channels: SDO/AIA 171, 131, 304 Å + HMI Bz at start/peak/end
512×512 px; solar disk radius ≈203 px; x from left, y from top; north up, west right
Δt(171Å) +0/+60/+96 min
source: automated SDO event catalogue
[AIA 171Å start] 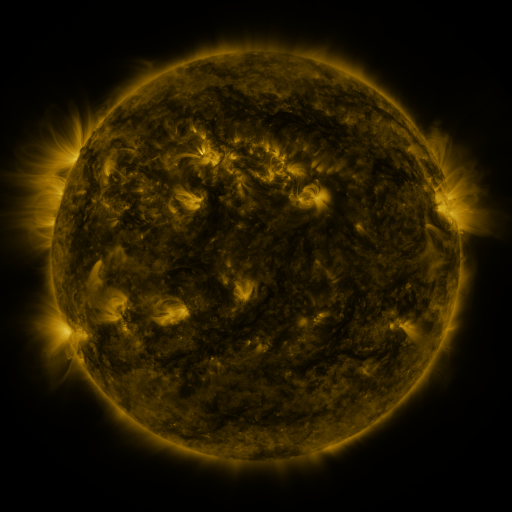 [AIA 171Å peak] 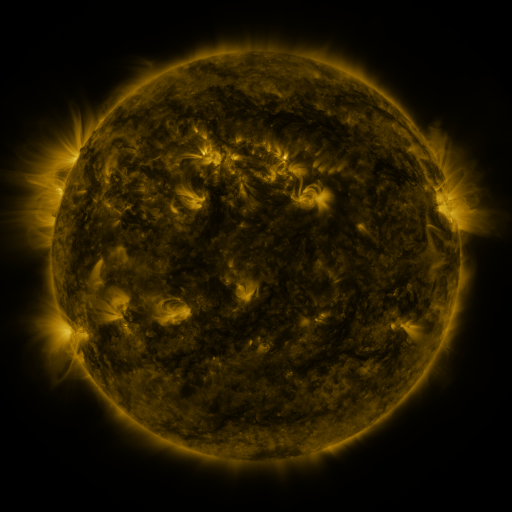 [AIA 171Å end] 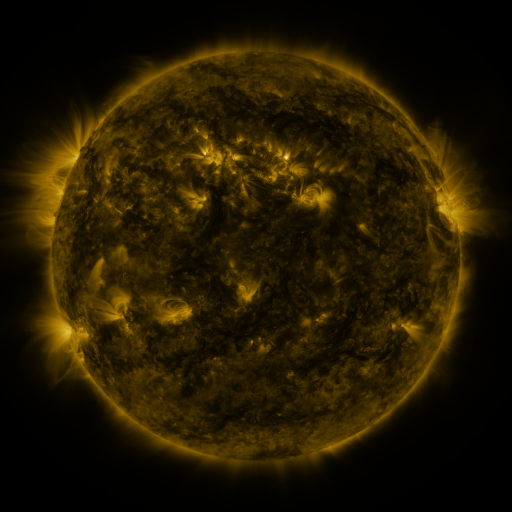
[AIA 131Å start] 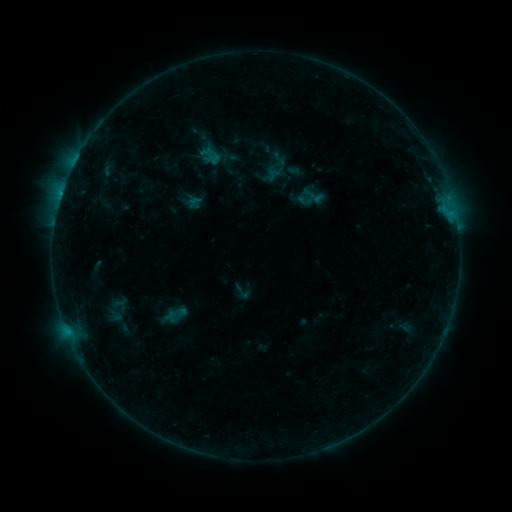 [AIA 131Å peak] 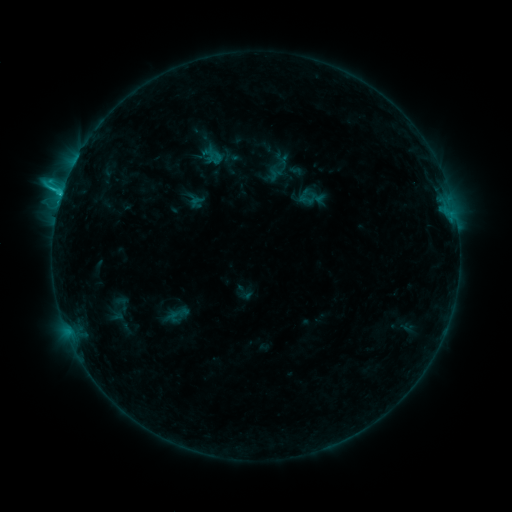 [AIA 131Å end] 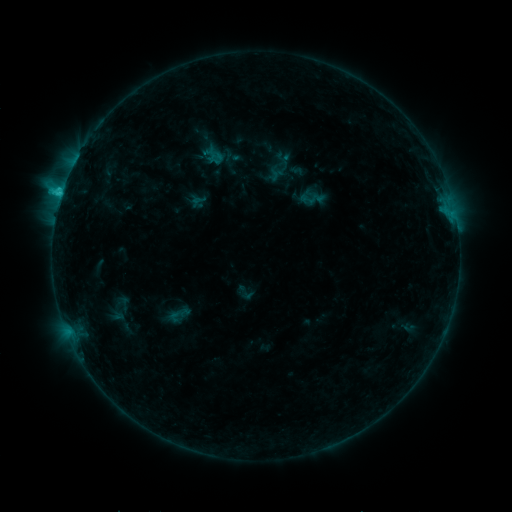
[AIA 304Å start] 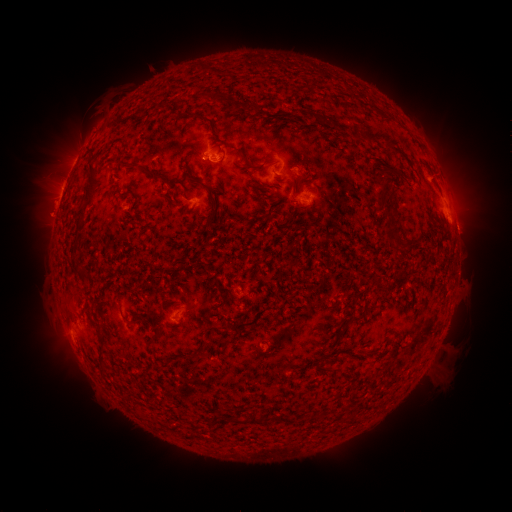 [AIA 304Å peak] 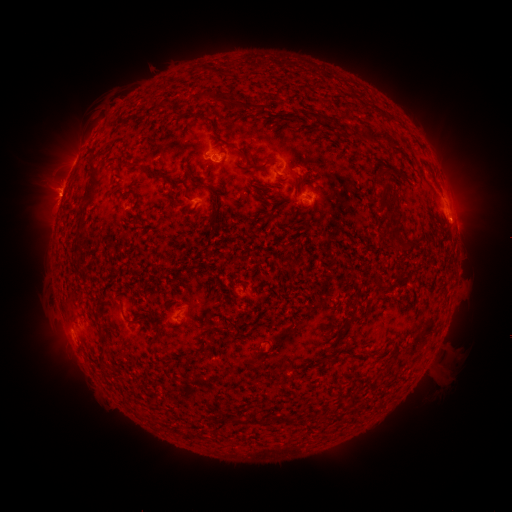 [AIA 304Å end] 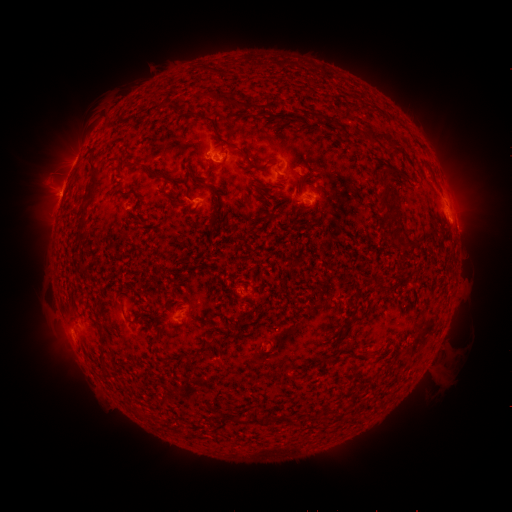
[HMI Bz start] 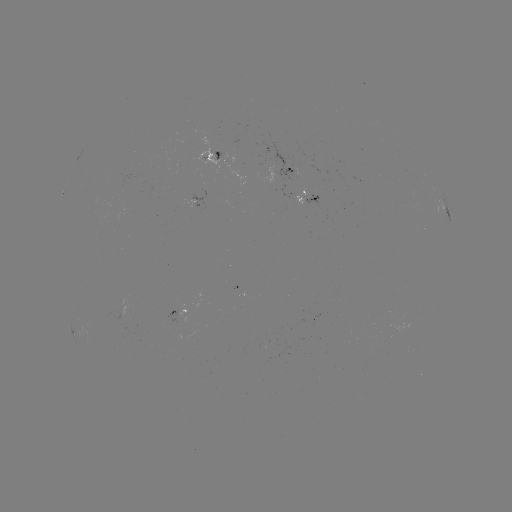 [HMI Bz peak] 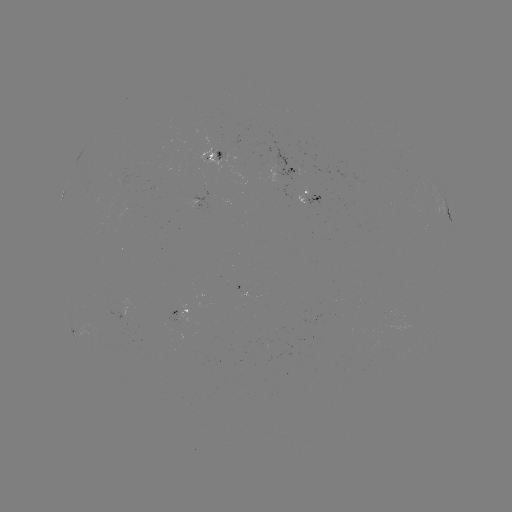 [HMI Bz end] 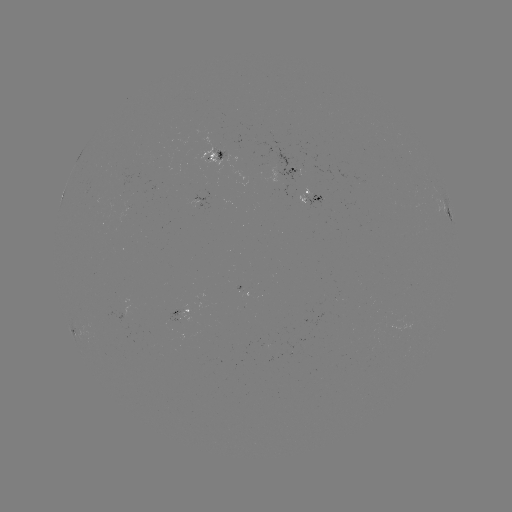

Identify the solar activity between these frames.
emerging-flux region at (154, 190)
